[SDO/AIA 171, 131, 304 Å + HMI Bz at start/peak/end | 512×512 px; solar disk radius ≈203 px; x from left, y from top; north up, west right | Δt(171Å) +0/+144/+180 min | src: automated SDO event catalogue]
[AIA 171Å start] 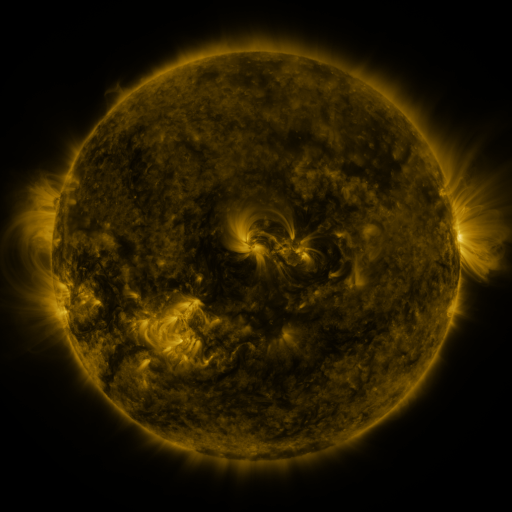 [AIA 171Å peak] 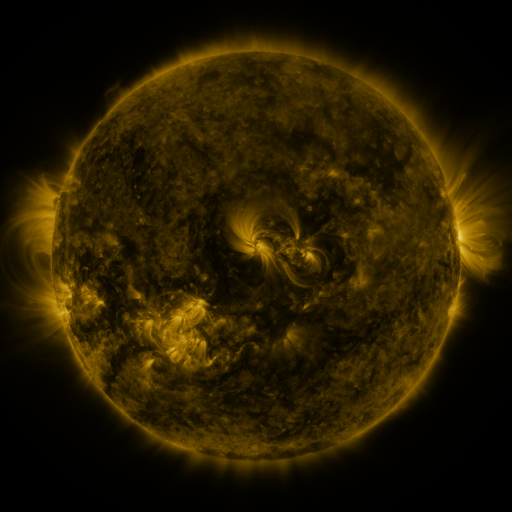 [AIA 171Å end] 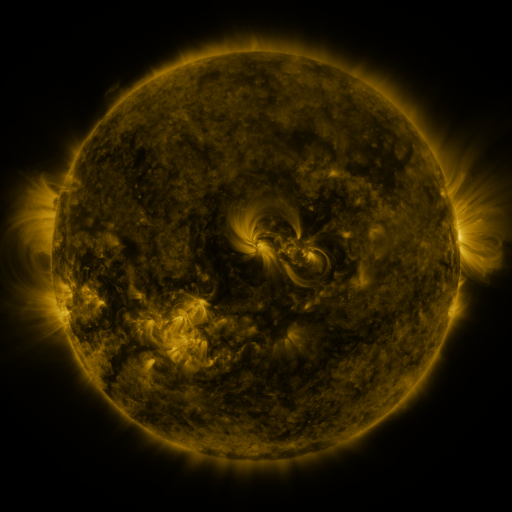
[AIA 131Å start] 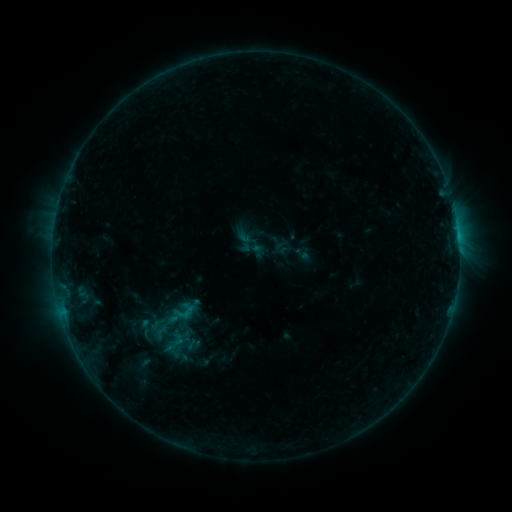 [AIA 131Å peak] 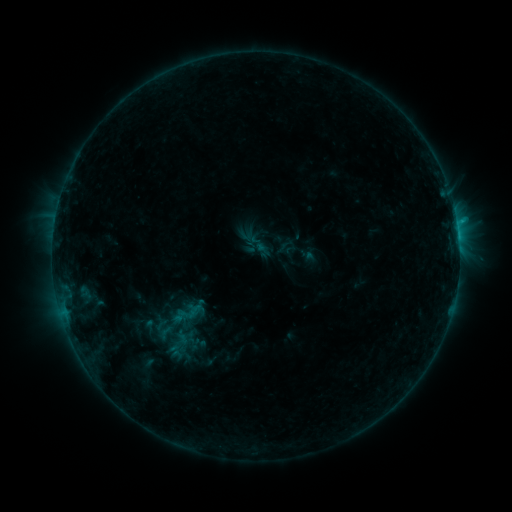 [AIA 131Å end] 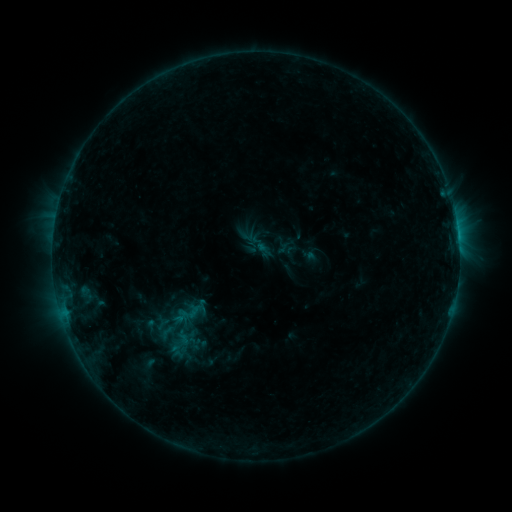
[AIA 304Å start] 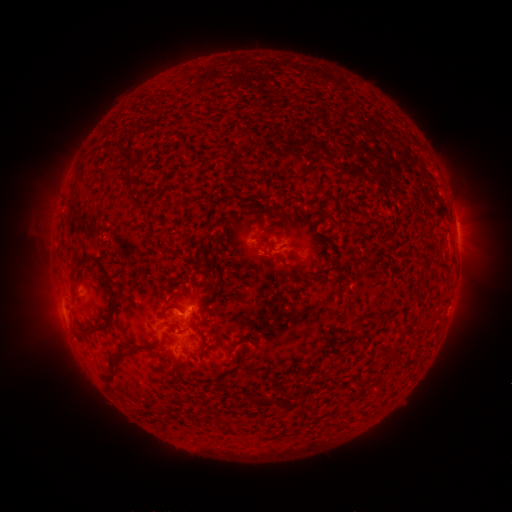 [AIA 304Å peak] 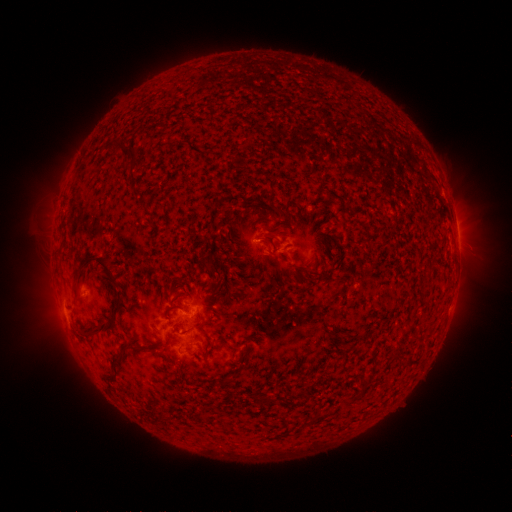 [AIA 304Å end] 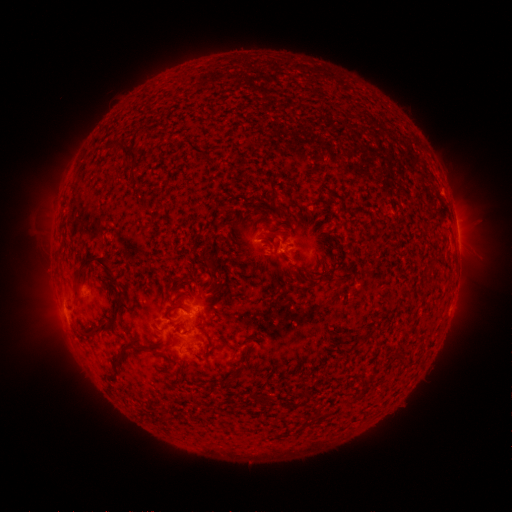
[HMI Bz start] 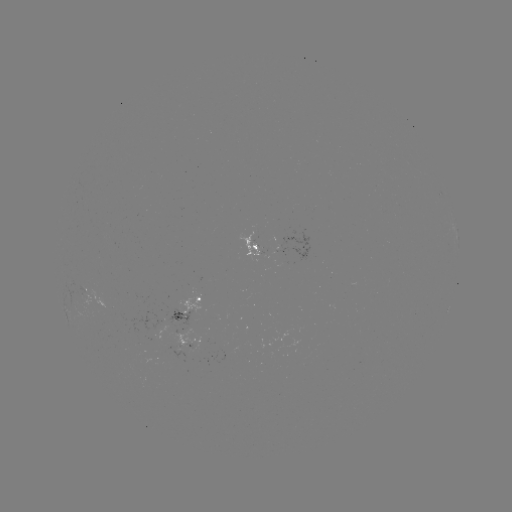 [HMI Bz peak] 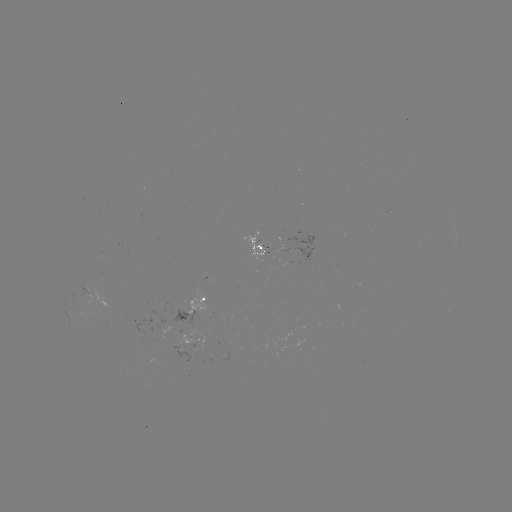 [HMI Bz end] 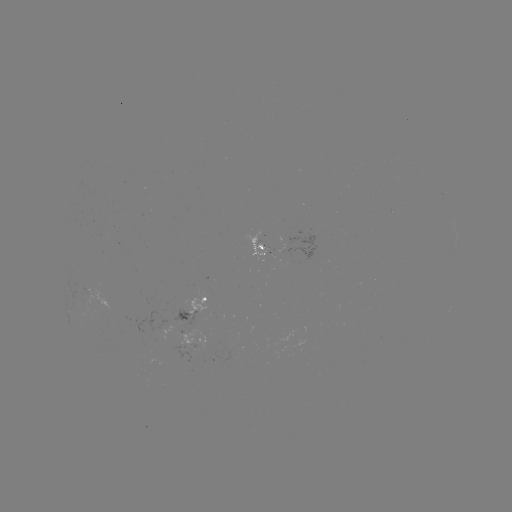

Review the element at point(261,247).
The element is emerging-flux region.